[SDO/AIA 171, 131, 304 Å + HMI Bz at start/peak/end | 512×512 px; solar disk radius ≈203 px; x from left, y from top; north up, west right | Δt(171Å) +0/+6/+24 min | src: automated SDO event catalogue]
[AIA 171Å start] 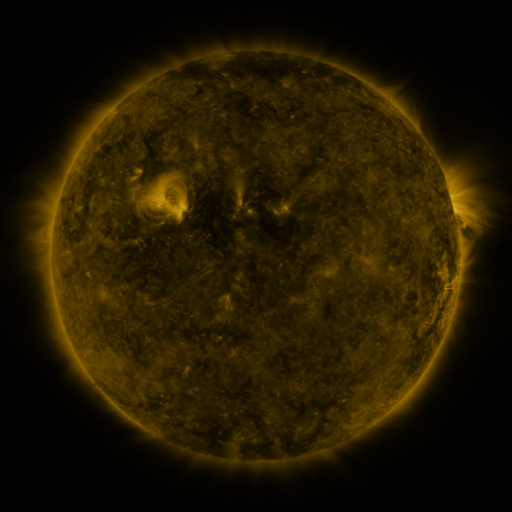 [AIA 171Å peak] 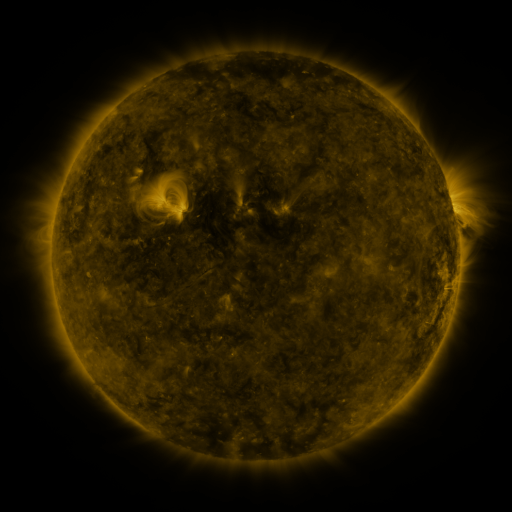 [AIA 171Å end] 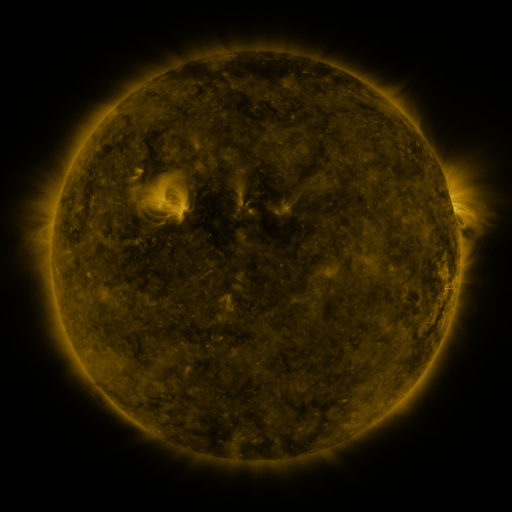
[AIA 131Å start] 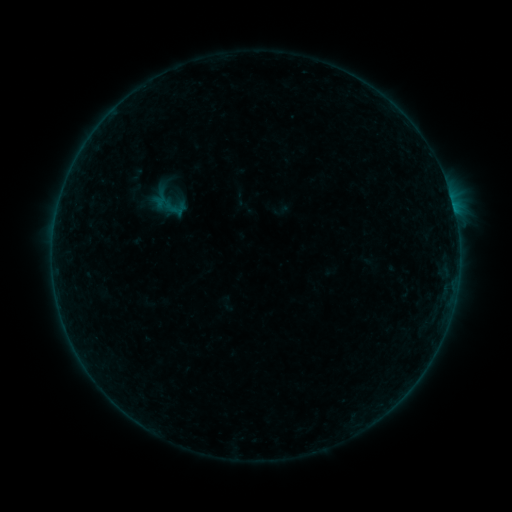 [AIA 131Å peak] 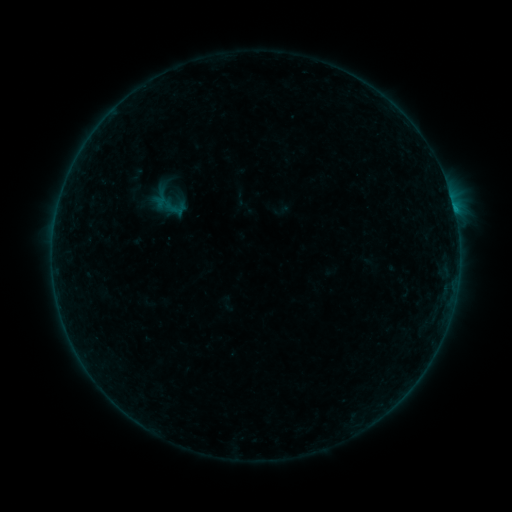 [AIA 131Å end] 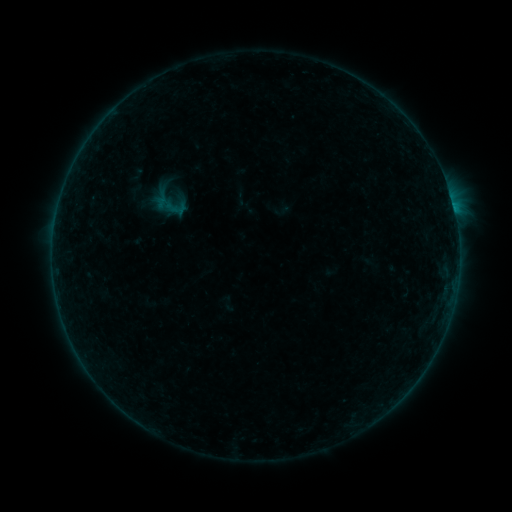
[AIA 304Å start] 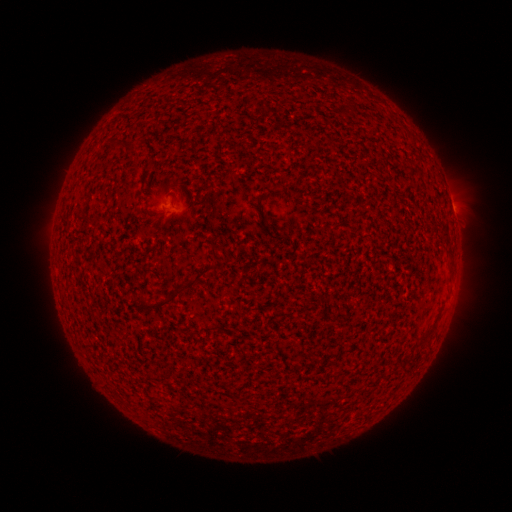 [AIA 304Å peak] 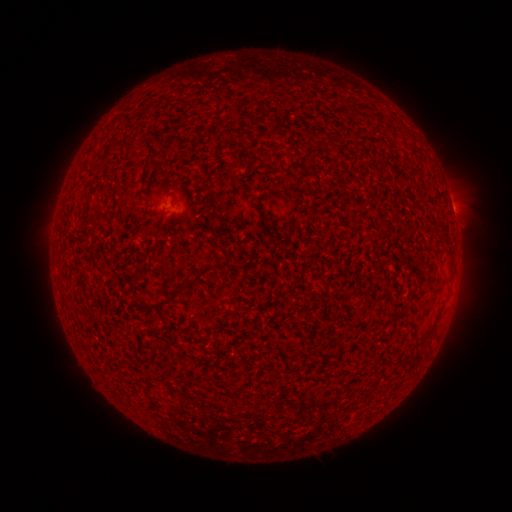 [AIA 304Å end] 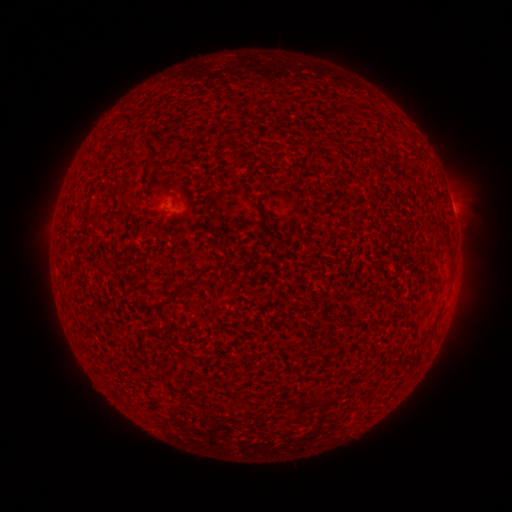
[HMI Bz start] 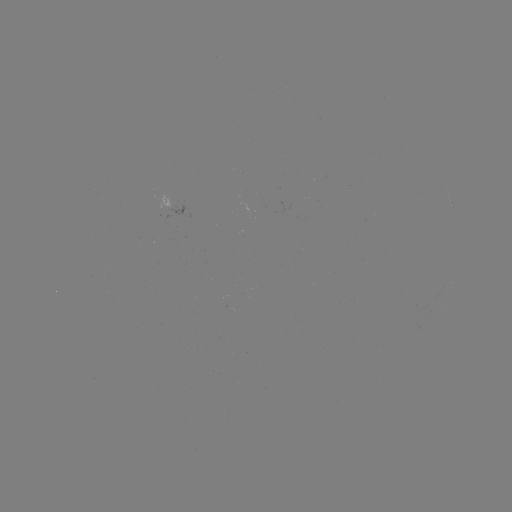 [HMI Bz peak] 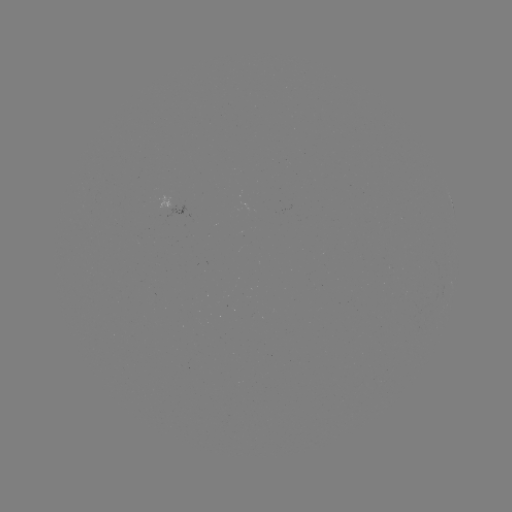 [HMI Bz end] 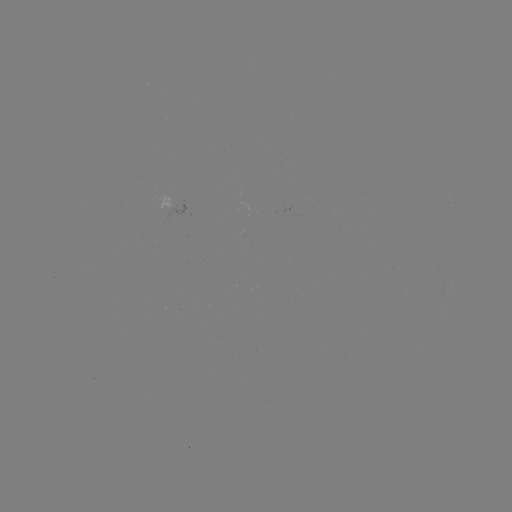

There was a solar flare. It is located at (453, 210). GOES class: B1.4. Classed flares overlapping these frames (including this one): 1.